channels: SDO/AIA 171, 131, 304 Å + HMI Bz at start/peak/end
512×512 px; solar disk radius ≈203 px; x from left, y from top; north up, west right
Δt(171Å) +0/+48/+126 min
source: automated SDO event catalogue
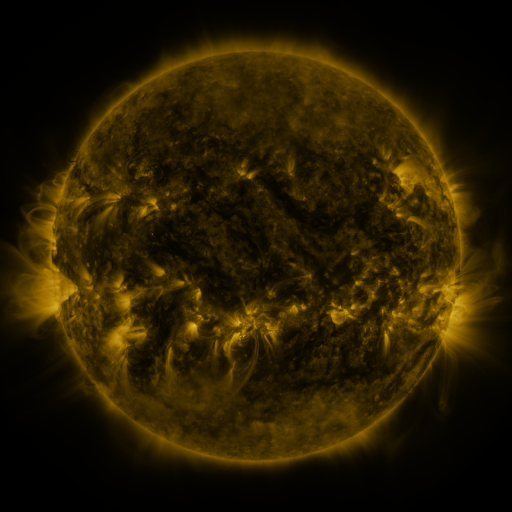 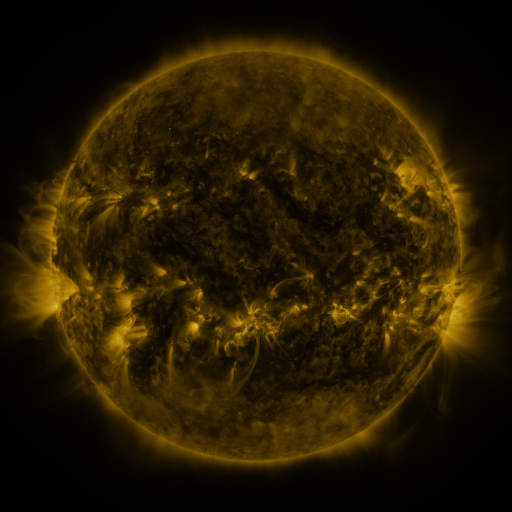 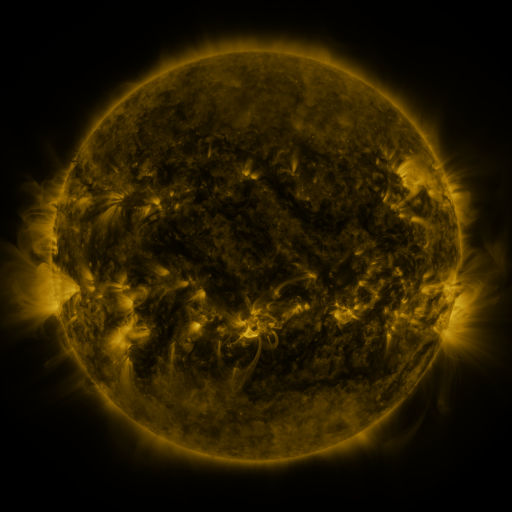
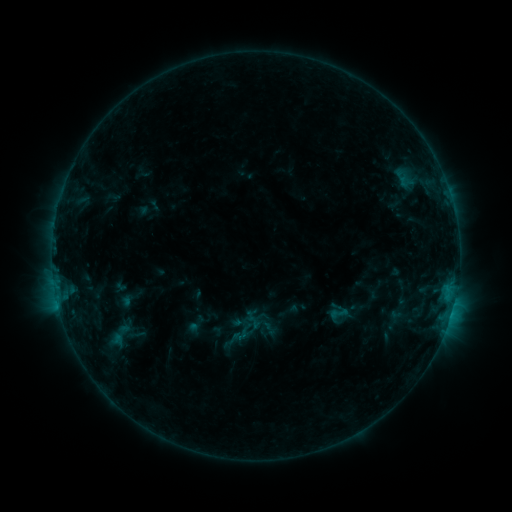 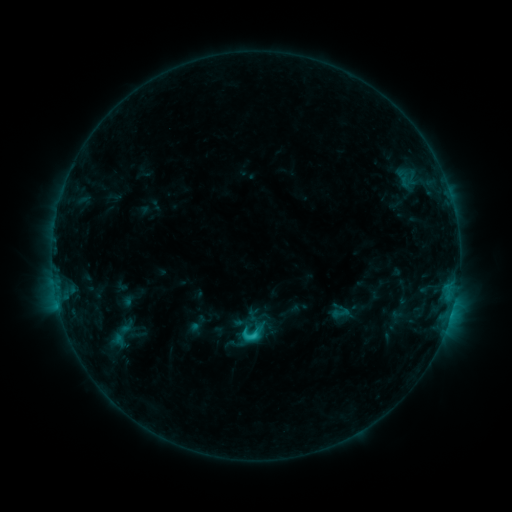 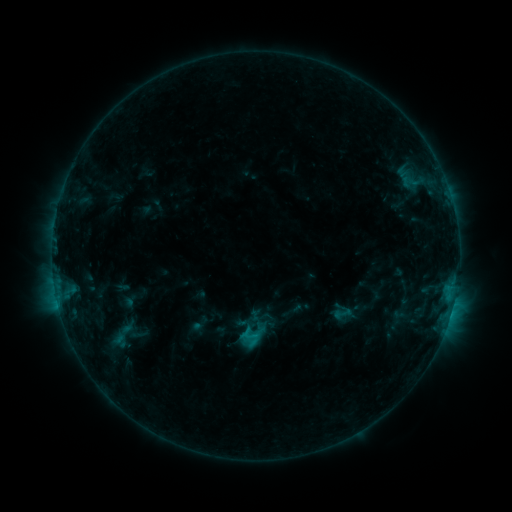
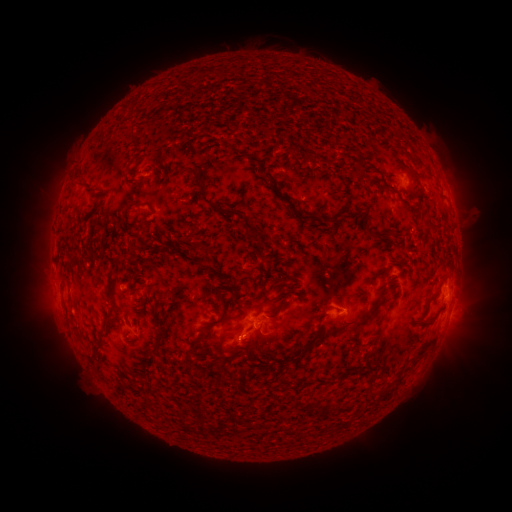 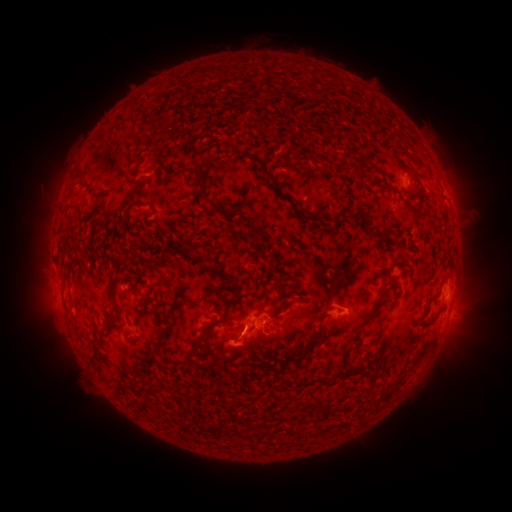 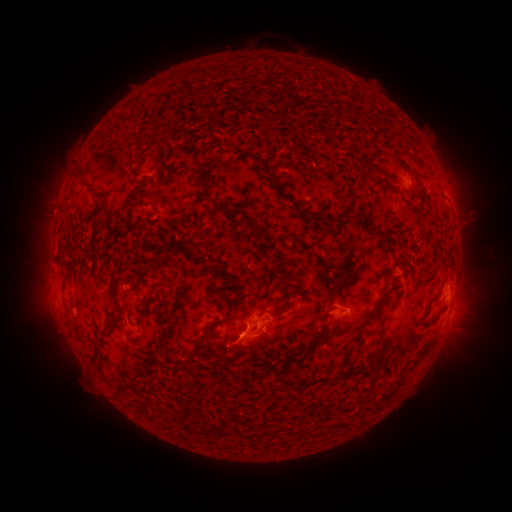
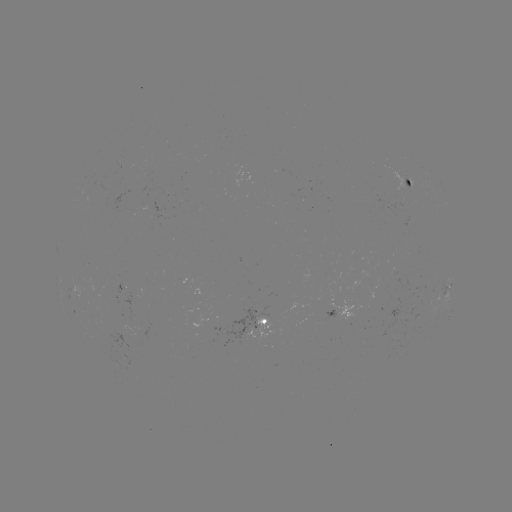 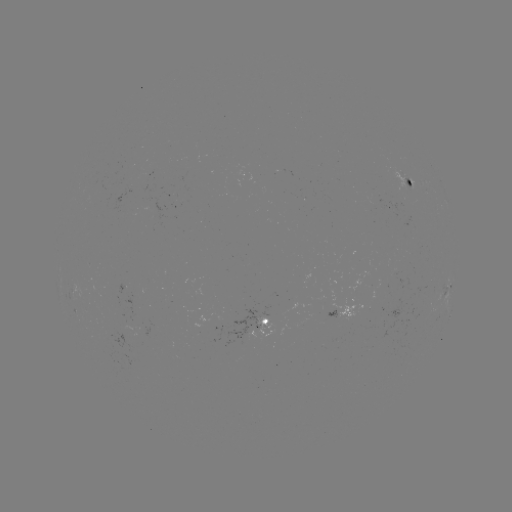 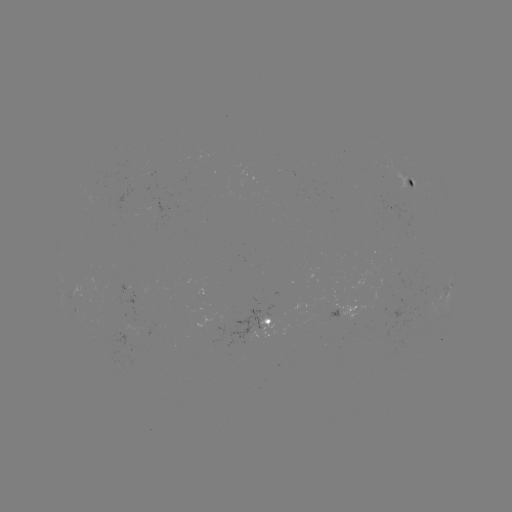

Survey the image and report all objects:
C1.6 flare: (256, 333)
